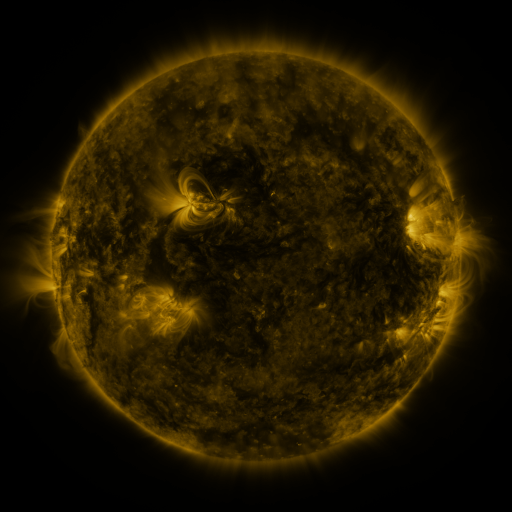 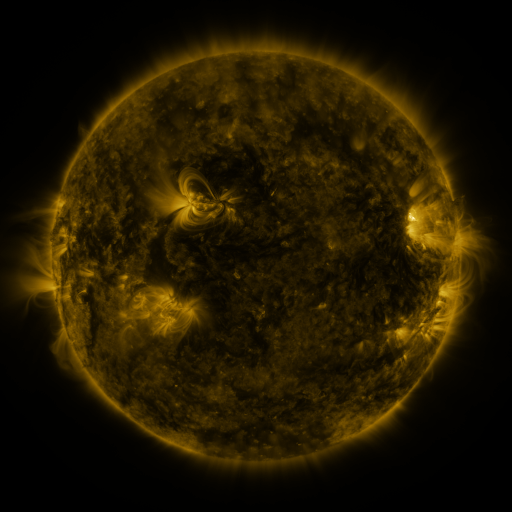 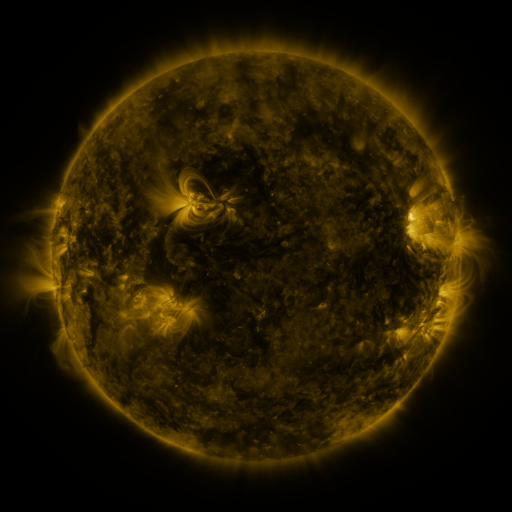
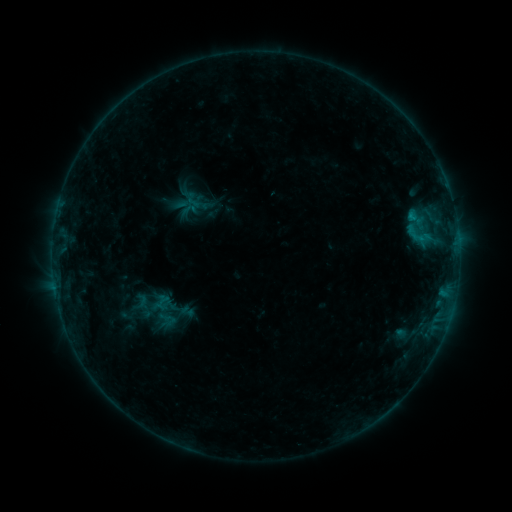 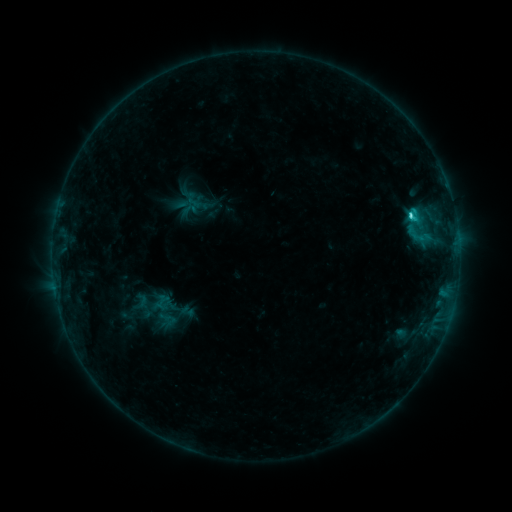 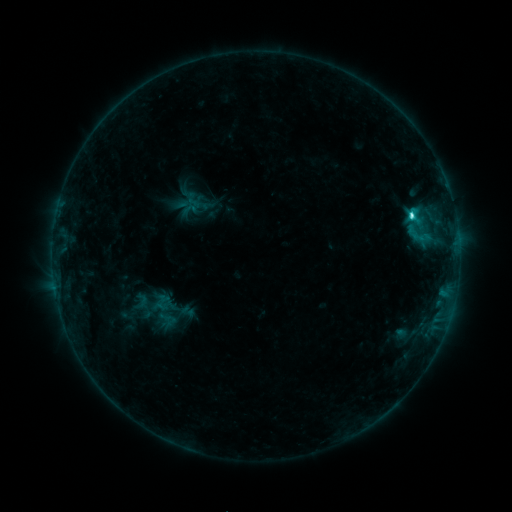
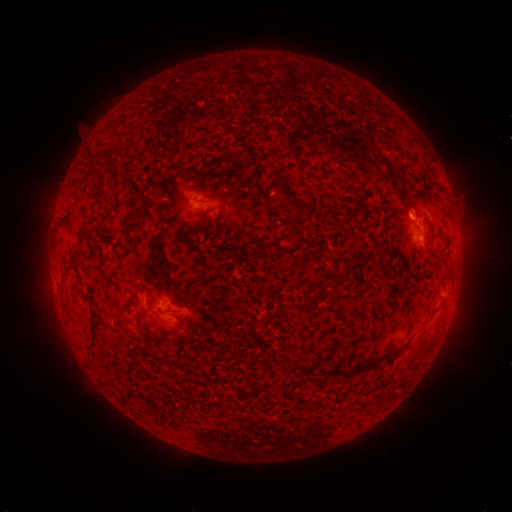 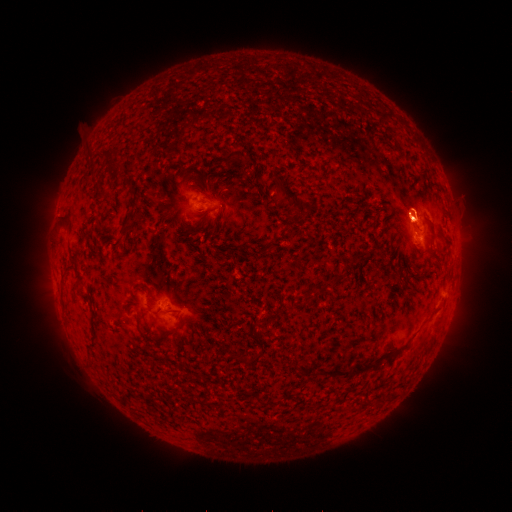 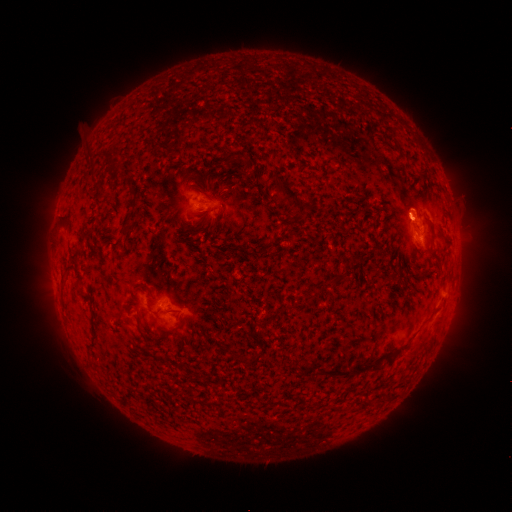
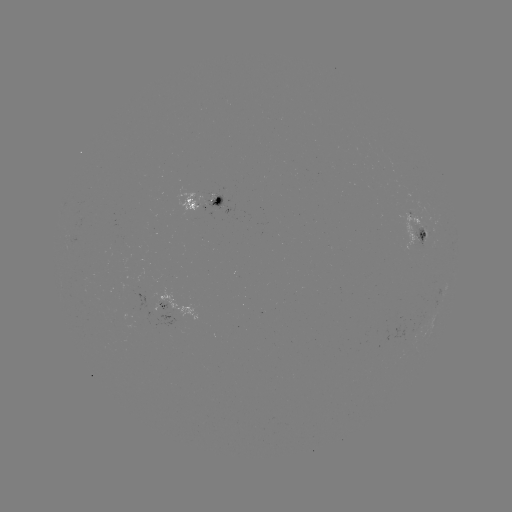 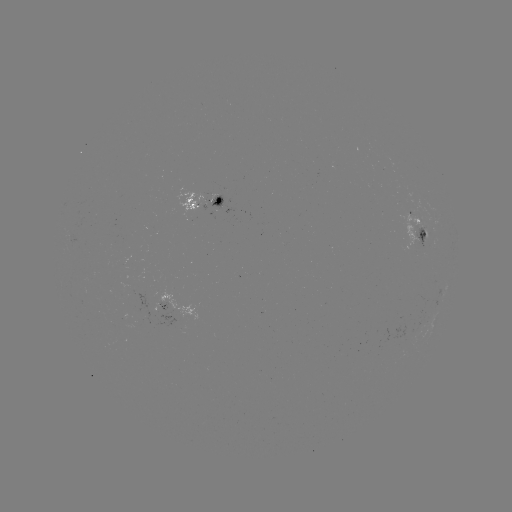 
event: flare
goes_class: C3.3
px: (410, 218)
